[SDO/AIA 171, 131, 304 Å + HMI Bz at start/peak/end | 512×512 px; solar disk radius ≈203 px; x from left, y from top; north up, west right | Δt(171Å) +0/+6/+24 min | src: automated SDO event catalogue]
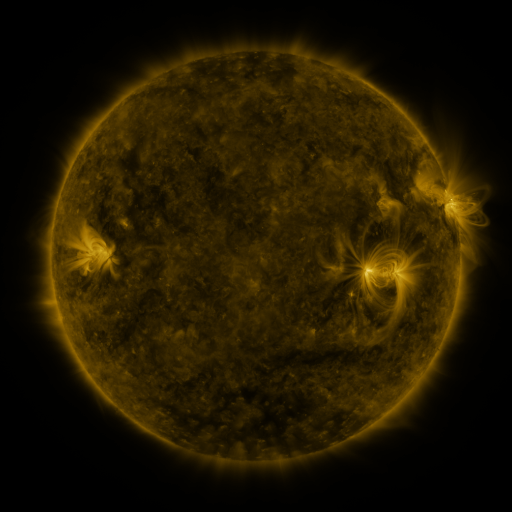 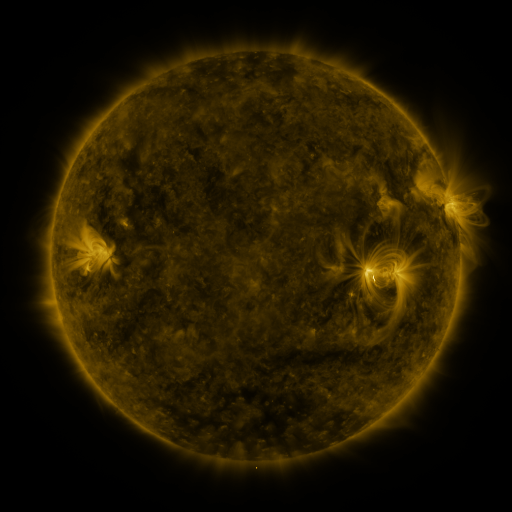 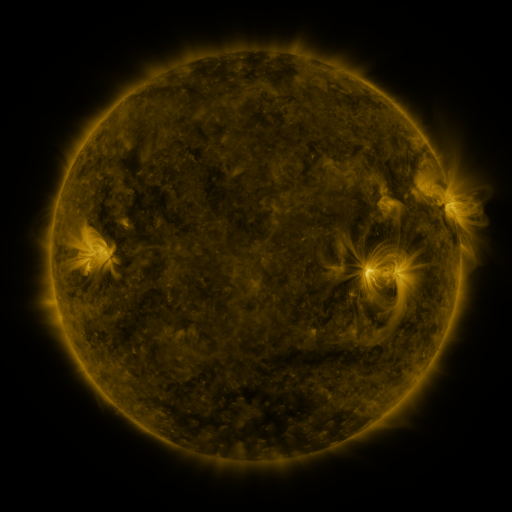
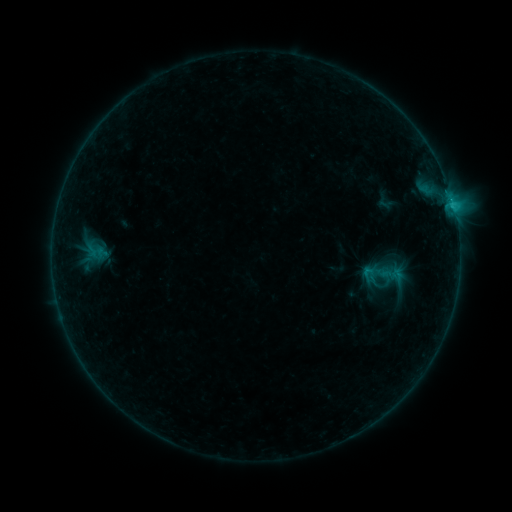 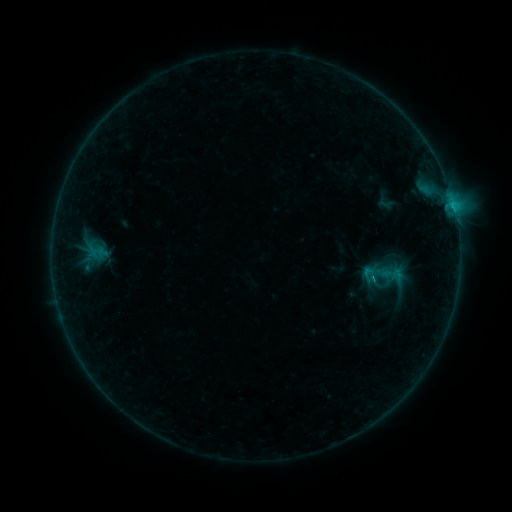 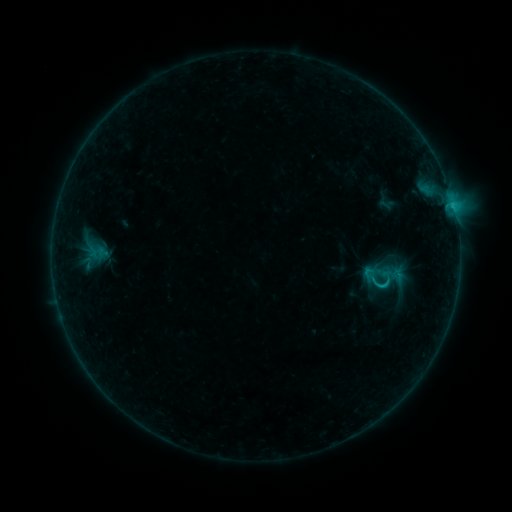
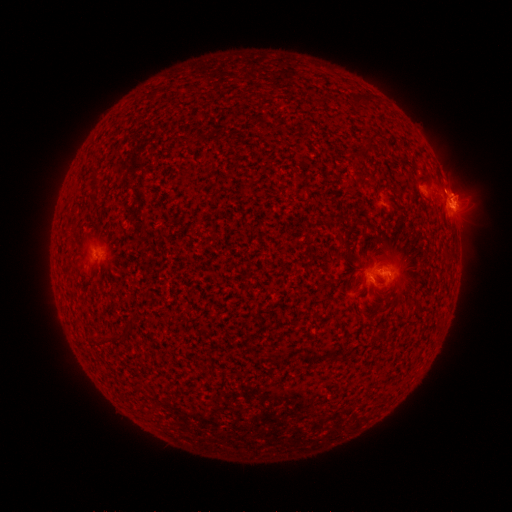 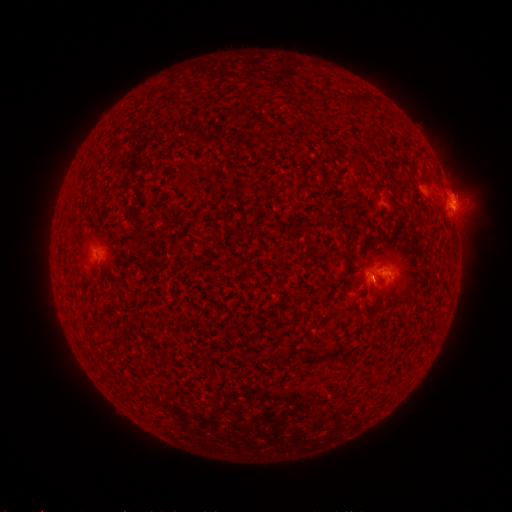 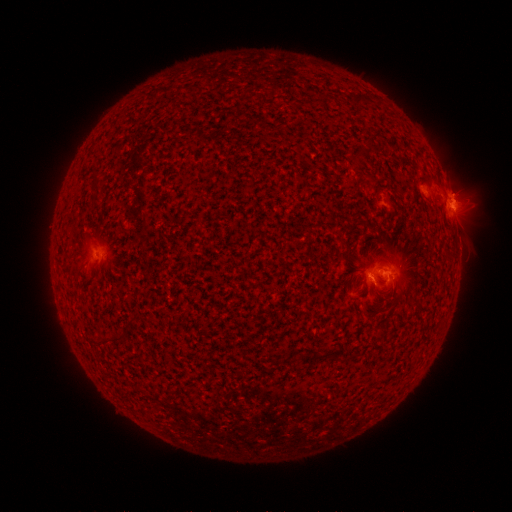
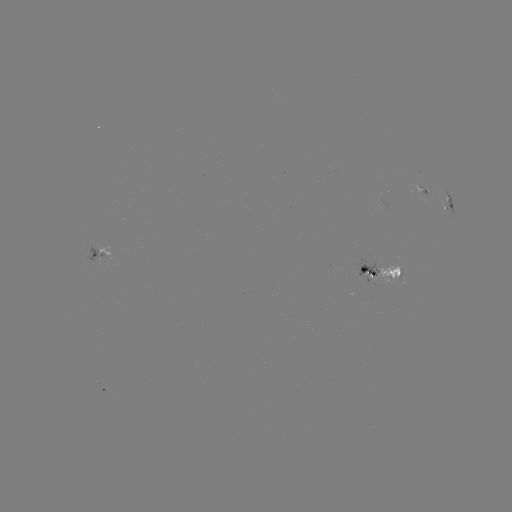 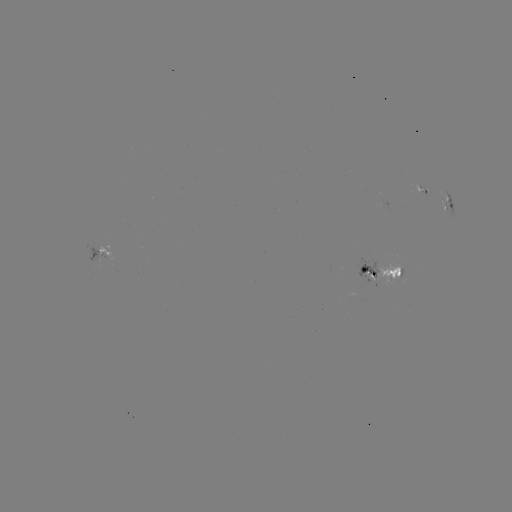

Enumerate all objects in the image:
C1.4 flare: (373, 276)
